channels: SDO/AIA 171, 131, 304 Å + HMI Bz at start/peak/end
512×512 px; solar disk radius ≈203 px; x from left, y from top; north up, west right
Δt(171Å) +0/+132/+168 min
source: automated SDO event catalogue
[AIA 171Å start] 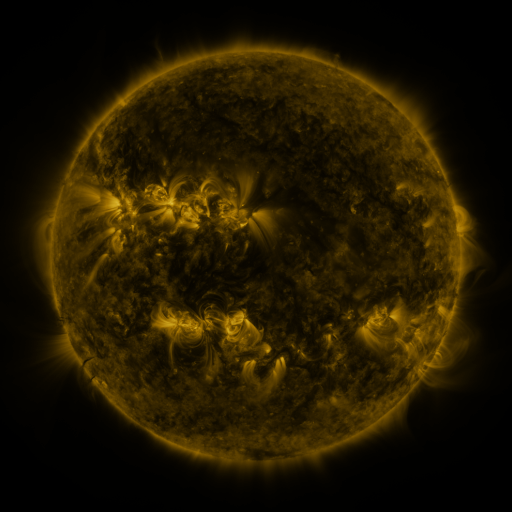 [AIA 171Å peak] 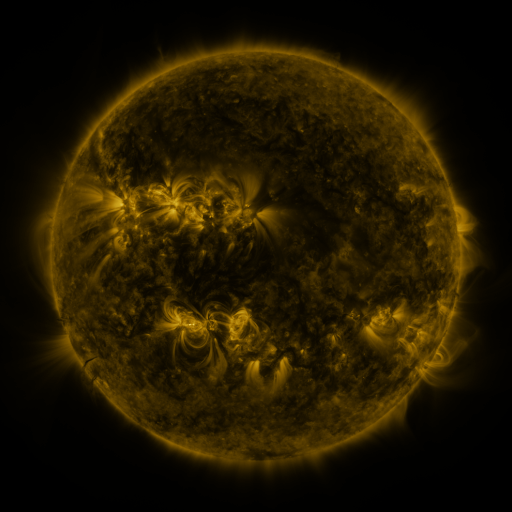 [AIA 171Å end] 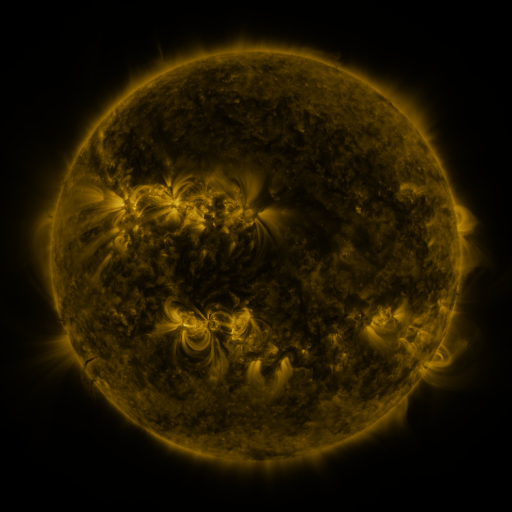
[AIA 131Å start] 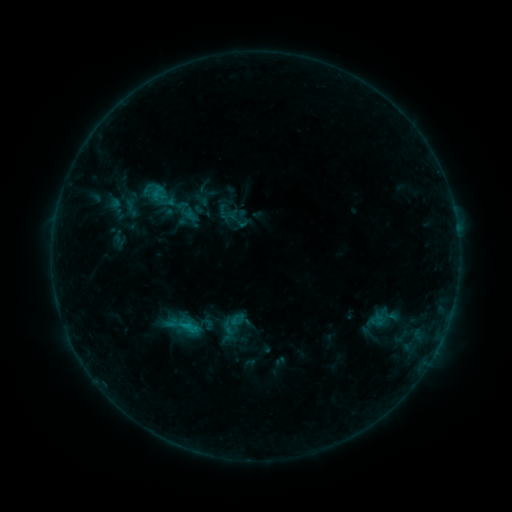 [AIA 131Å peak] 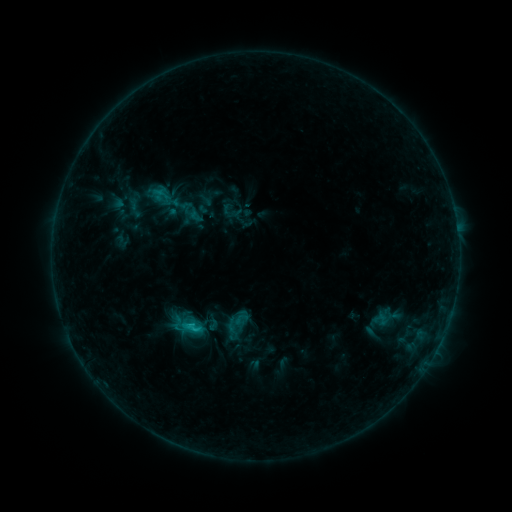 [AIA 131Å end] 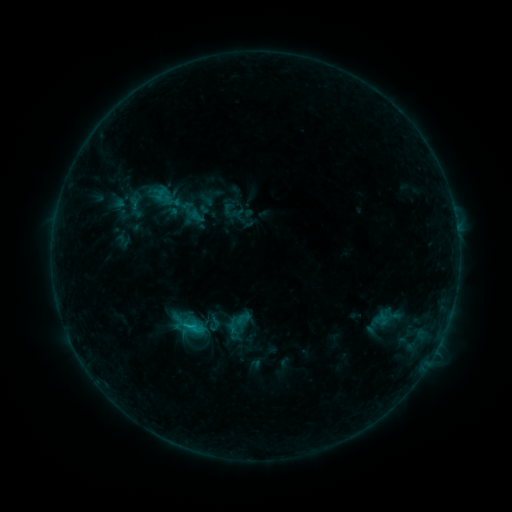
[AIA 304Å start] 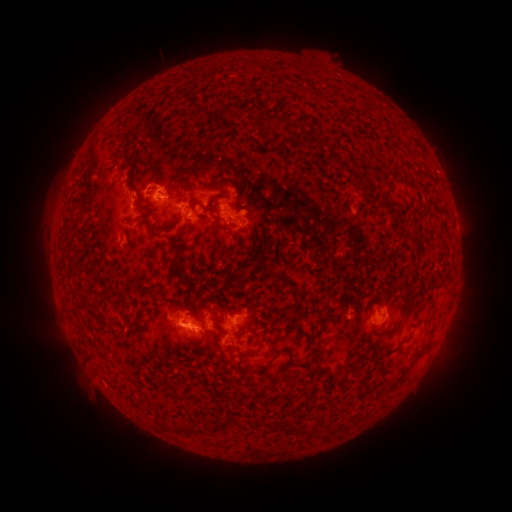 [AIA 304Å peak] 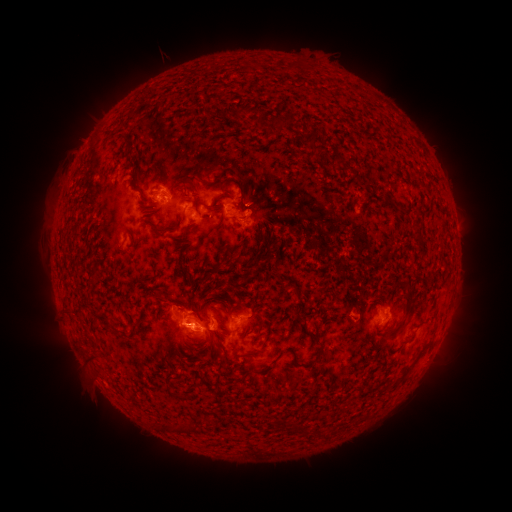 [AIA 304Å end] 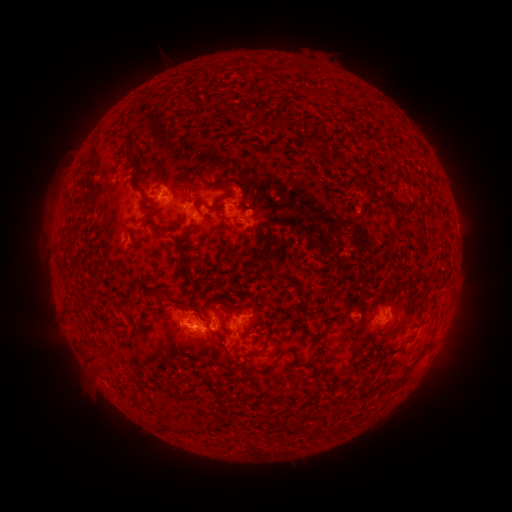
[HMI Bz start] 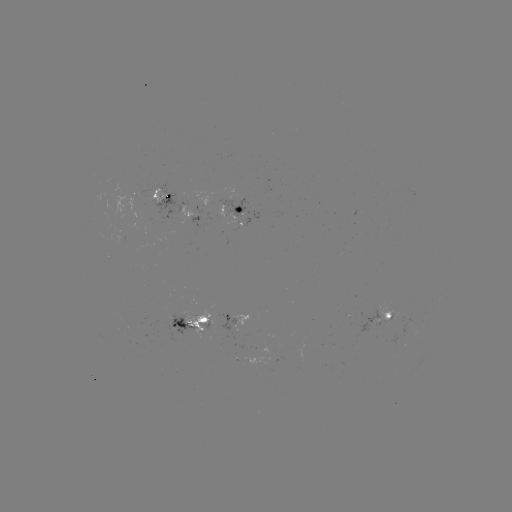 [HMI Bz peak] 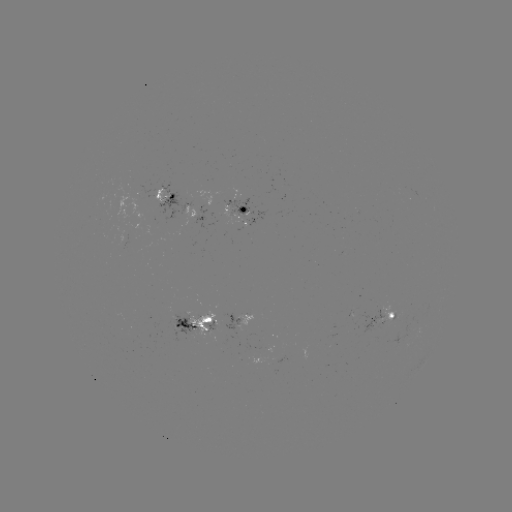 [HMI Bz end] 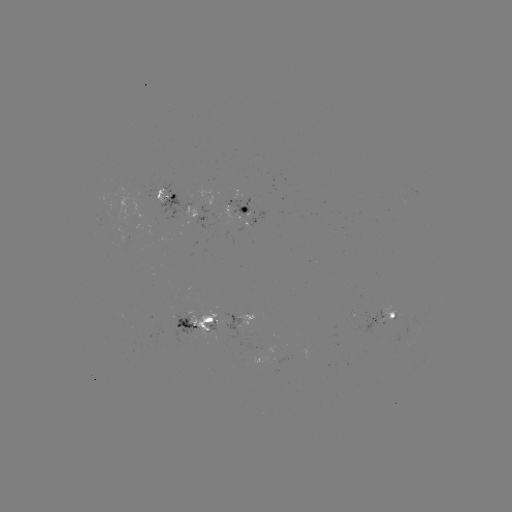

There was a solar emerging-flux region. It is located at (157, 192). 